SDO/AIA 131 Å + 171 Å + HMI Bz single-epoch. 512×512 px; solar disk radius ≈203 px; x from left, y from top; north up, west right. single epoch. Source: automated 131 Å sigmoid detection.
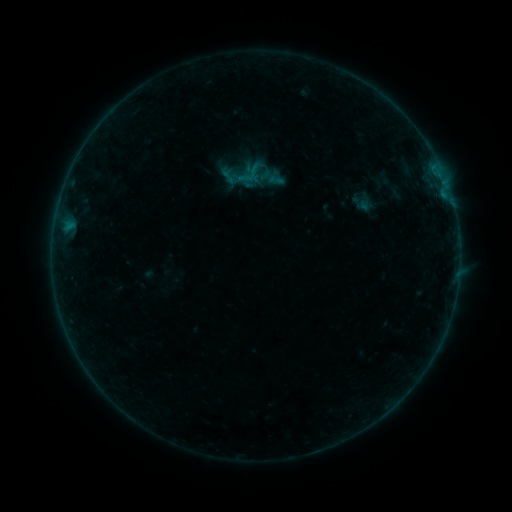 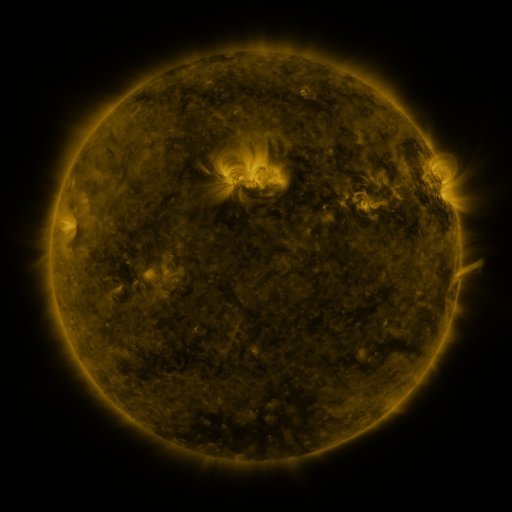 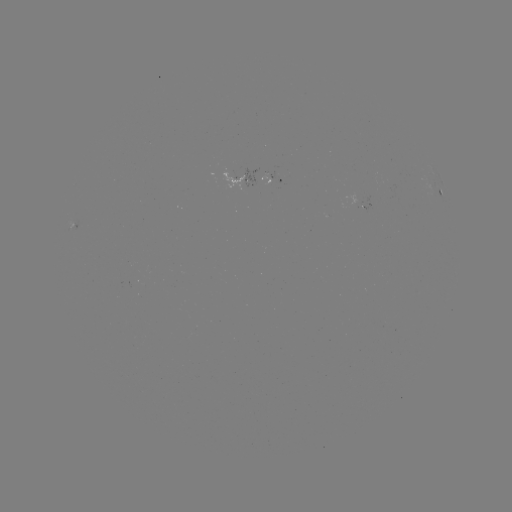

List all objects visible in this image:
sigmoid: (250, 174)
